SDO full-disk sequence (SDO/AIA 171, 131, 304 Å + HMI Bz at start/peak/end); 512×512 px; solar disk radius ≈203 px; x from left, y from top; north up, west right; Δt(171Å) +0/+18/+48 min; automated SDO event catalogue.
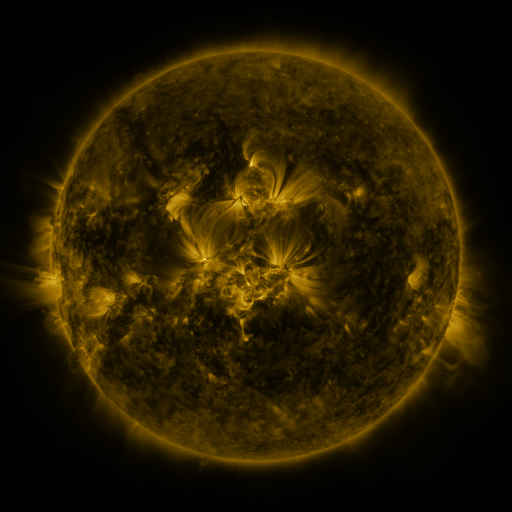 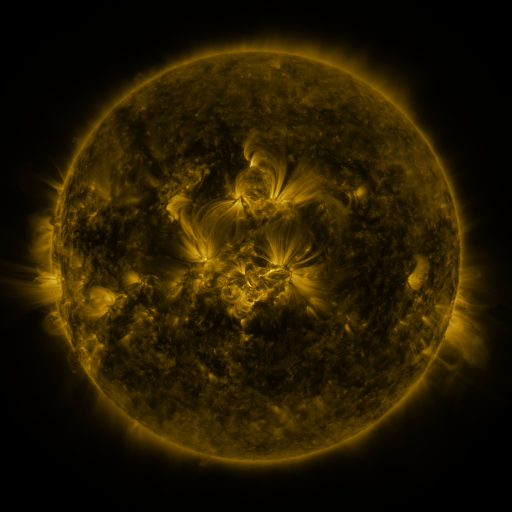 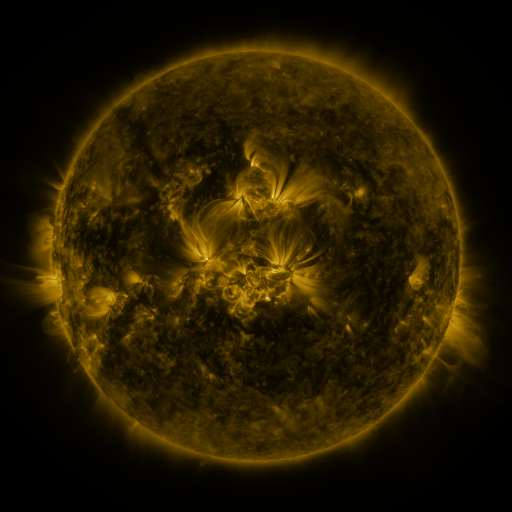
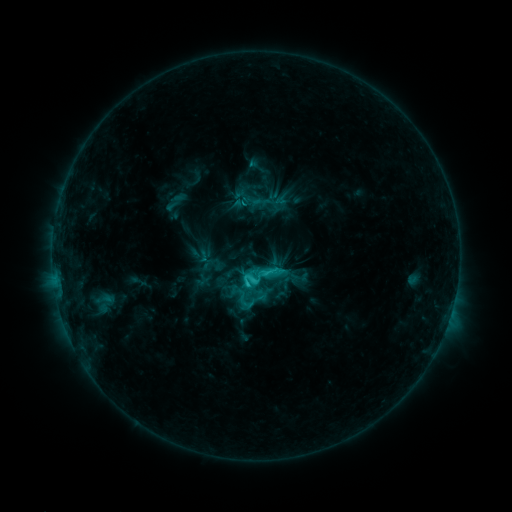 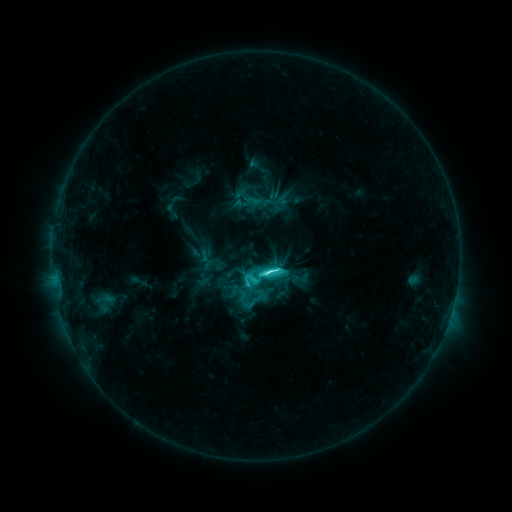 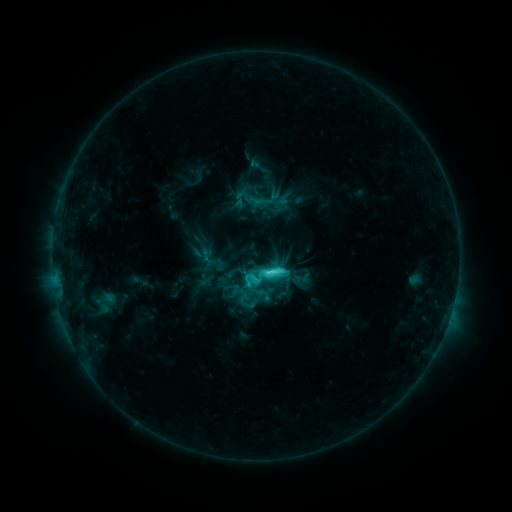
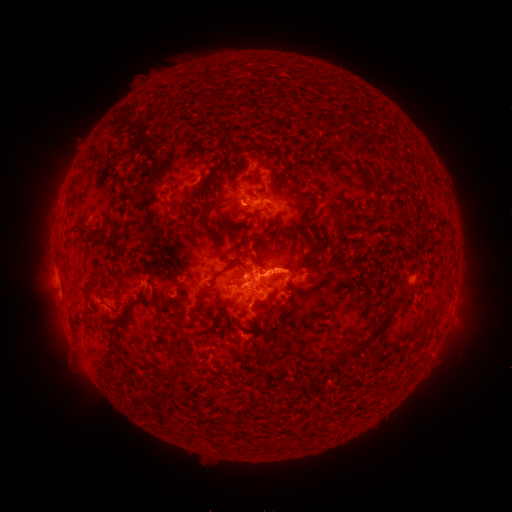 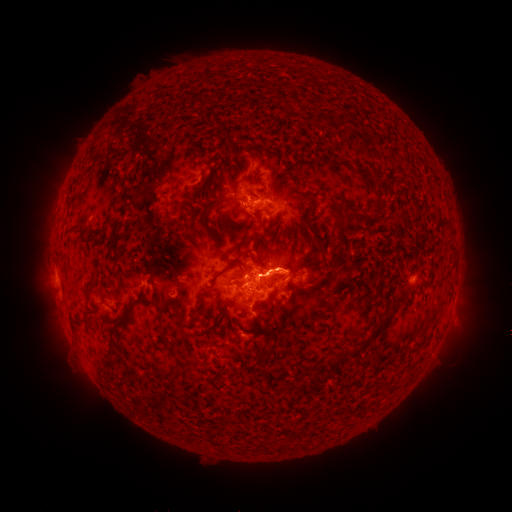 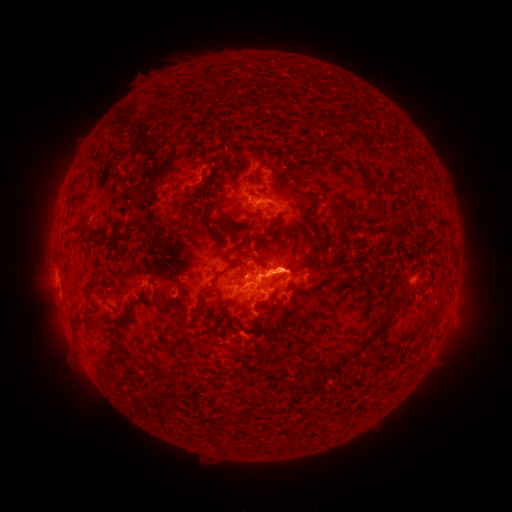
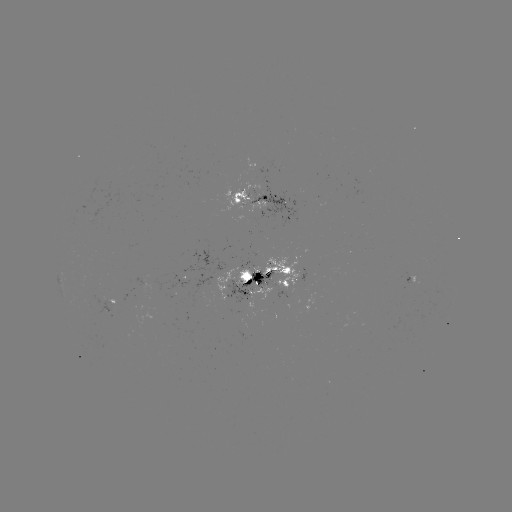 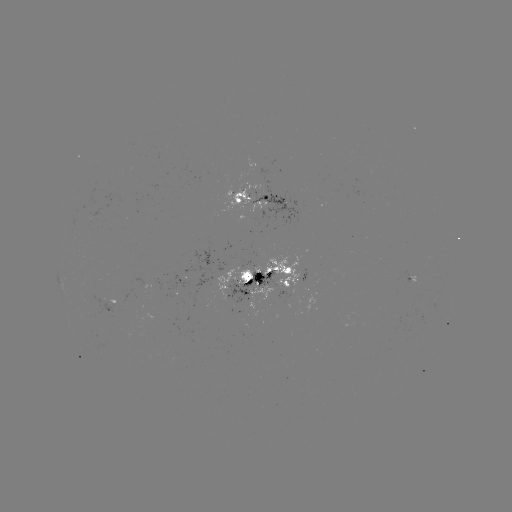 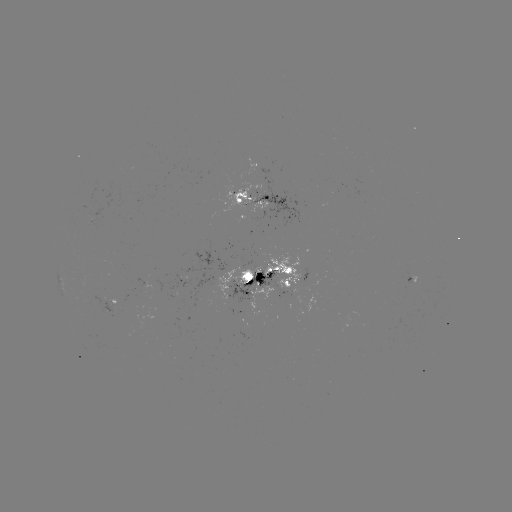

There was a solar flare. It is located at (266, 269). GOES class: C9.0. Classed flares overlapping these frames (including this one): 1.